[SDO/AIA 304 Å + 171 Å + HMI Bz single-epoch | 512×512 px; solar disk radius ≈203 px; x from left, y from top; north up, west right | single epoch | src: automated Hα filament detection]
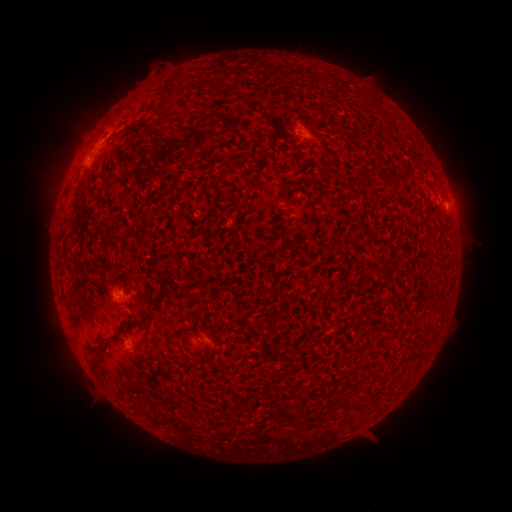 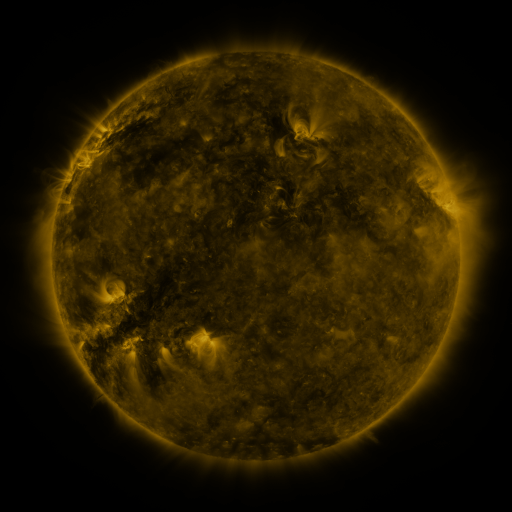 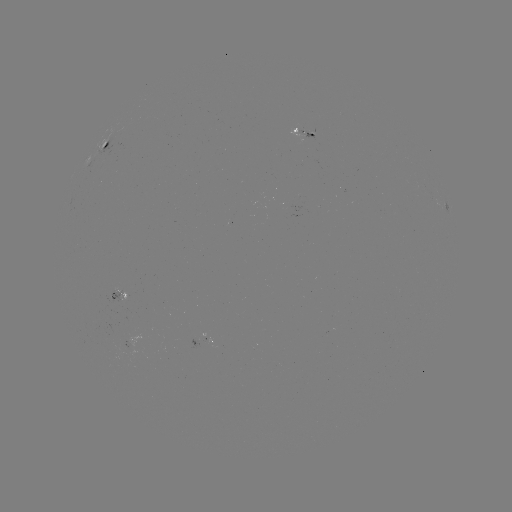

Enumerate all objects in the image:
filament: (169, 90)
filament: (344, 137)
filament: (225, 173)
filament: (285, 194)
filament: (165, 294)
filament: (156, 304)
filament: (180, 332)
filament: (115, 333)
filament: (342, 403)
